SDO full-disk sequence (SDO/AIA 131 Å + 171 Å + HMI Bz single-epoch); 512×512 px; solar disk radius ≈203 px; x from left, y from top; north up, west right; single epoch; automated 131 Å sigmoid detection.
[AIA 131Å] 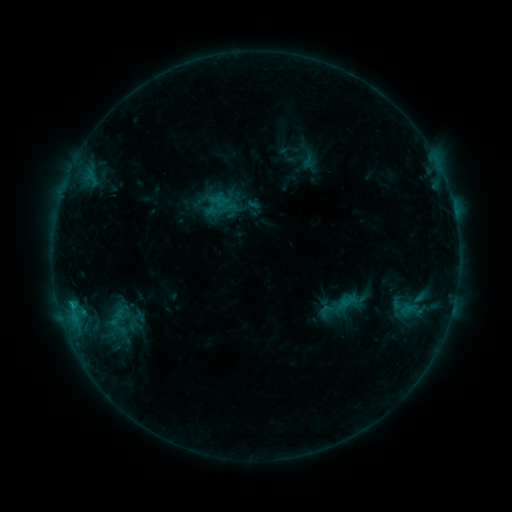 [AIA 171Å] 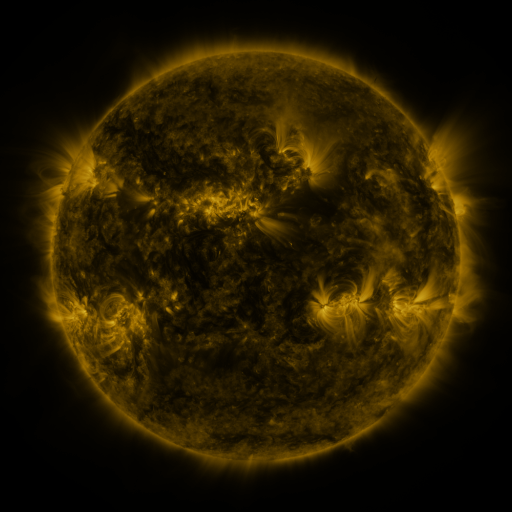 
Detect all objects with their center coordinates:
sigmoid: (348, 301)
